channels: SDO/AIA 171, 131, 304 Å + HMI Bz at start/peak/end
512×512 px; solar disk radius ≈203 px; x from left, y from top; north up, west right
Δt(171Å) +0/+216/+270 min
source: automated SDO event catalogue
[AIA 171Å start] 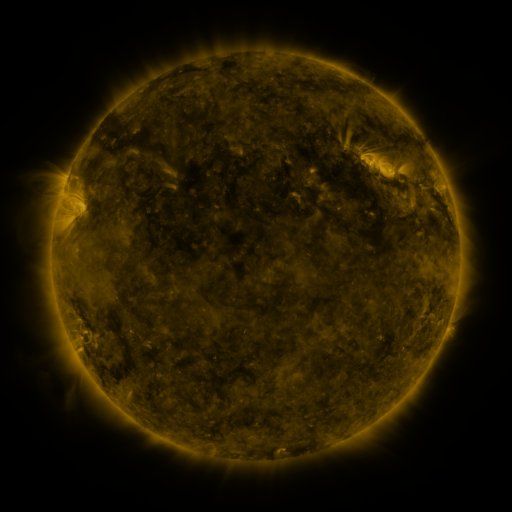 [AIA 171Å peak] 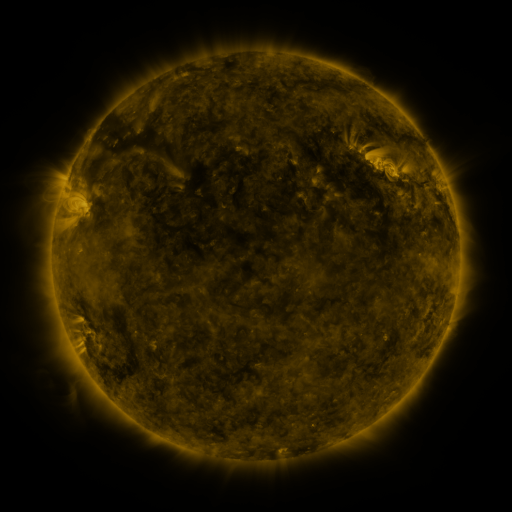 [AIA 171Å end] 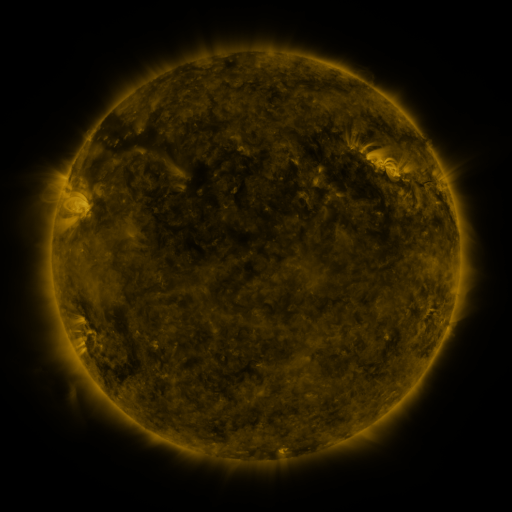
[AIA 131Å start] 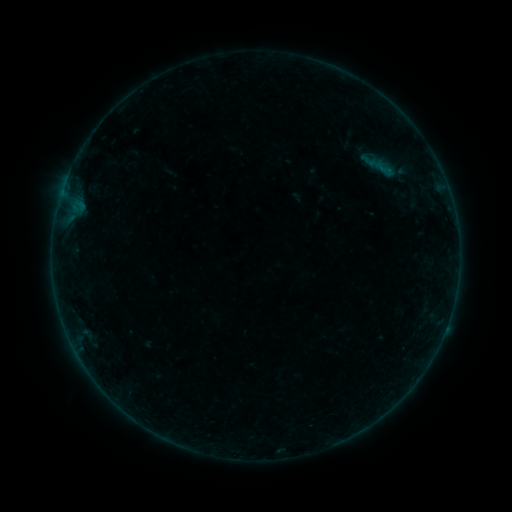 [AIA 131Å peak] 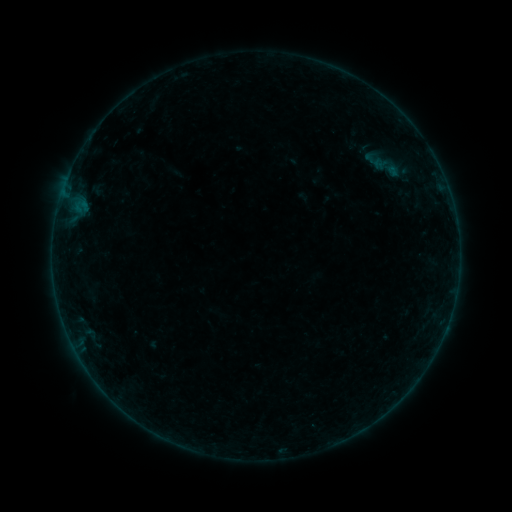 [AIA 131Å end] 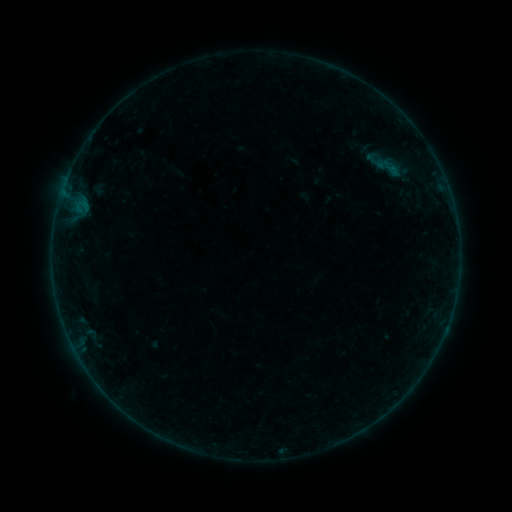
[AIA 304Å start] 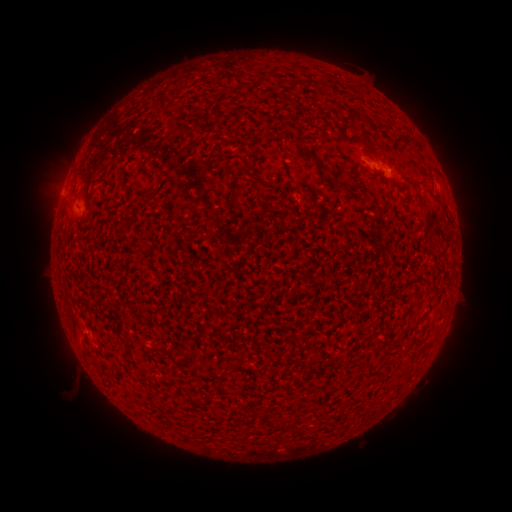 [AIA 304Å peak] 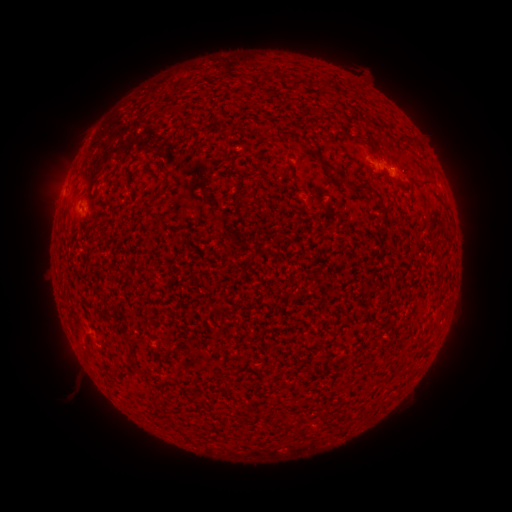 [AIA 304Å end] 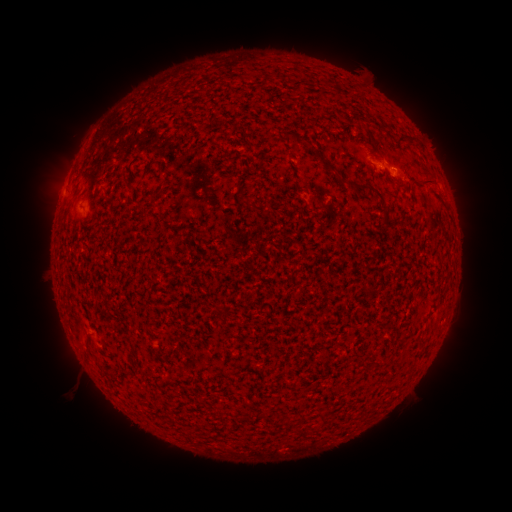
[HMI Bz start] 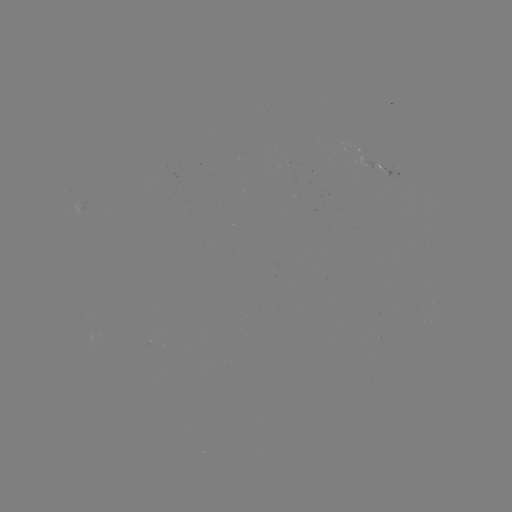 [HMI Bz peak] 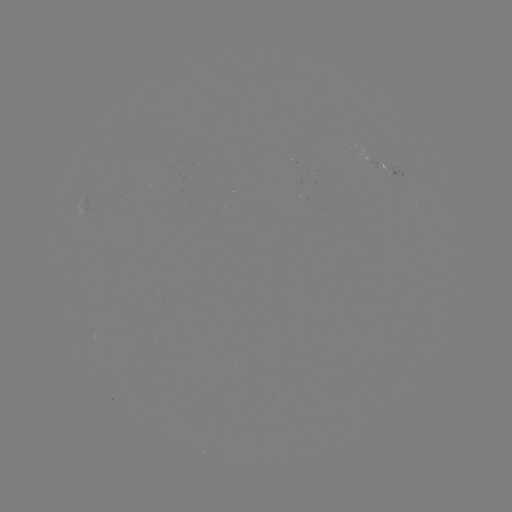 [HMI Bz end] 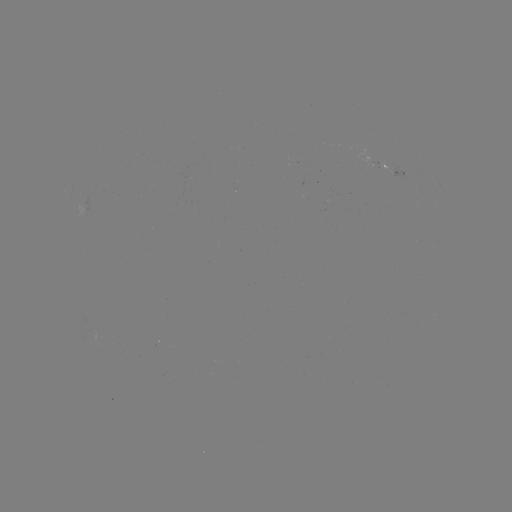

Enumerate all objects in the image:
A8.2 flare: (89, 139)
